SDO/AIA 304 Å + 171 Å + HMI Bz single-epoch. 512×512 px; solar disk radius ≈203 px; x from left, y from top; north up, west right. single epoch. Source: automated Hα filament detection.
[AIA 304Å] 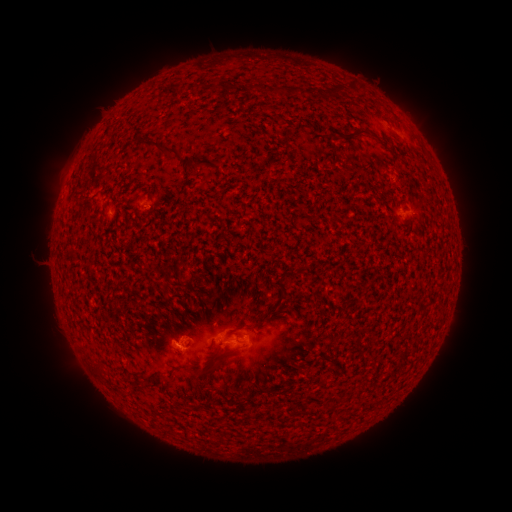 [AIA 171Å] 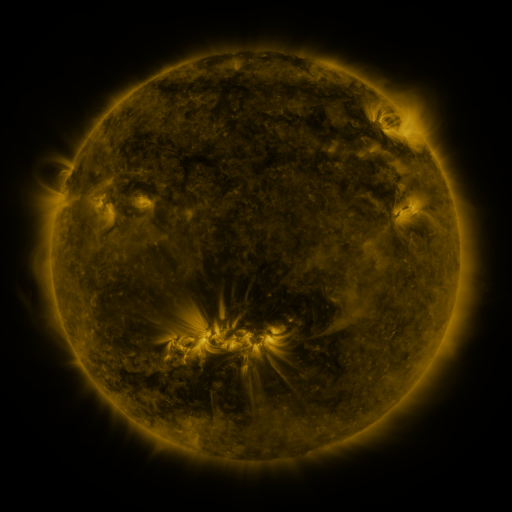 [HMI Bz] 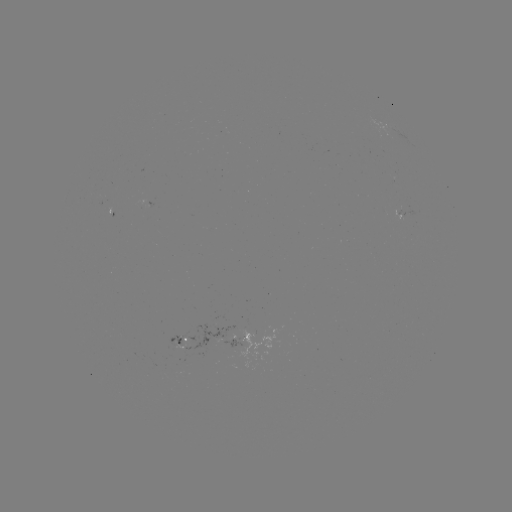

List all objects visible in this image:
filament: (353, 88)
filament: (282, 89)
filament: (360, 136)
filament: (163, 148)
filament: (198, 166)
filament: (98, 366)
filament: (200, 370)
